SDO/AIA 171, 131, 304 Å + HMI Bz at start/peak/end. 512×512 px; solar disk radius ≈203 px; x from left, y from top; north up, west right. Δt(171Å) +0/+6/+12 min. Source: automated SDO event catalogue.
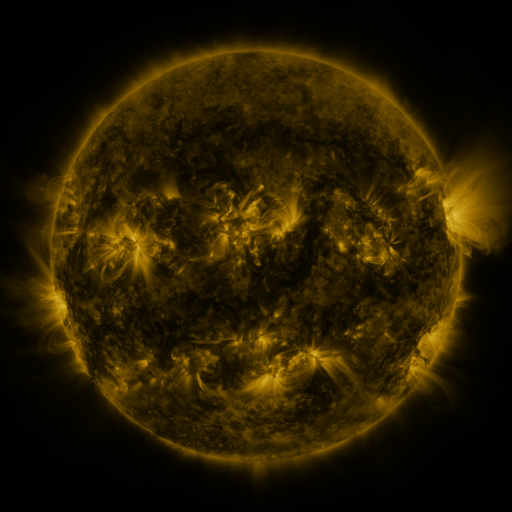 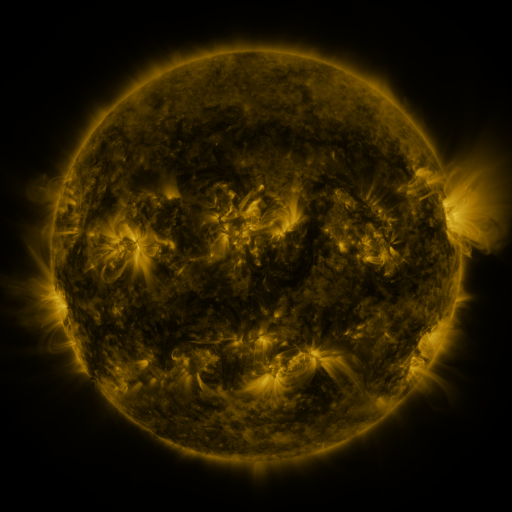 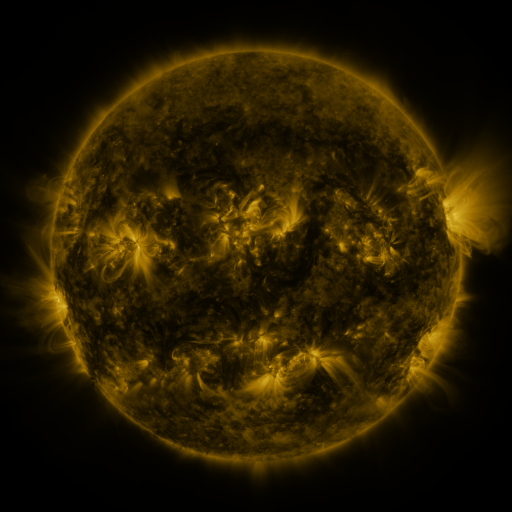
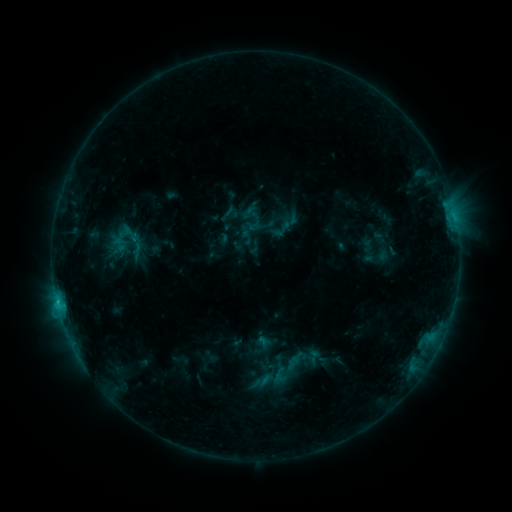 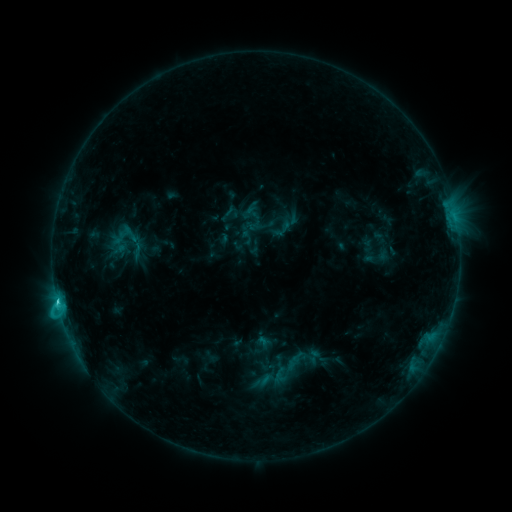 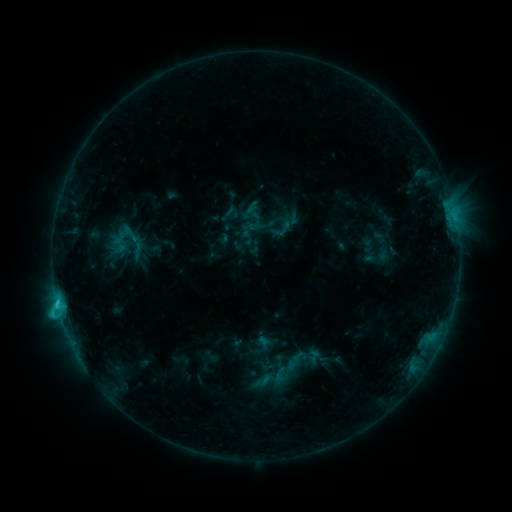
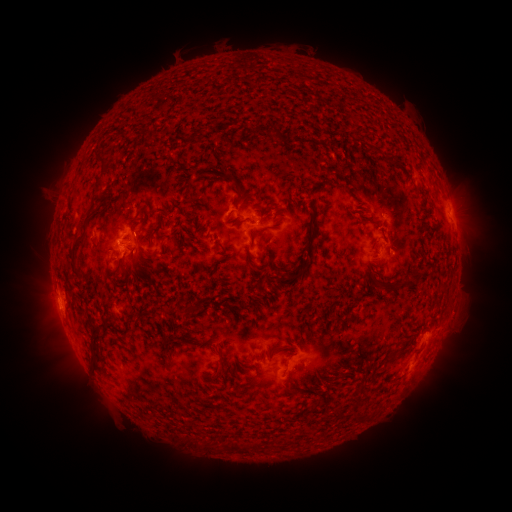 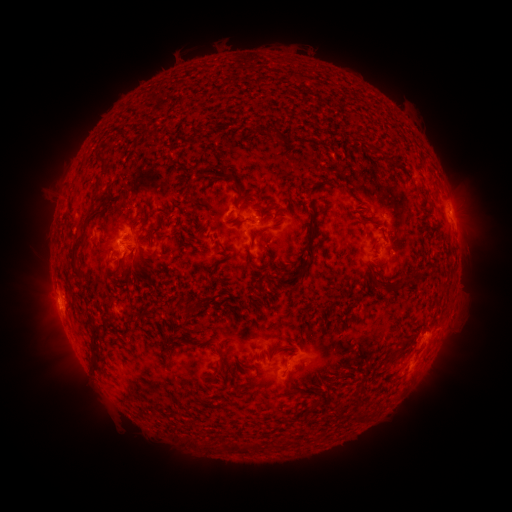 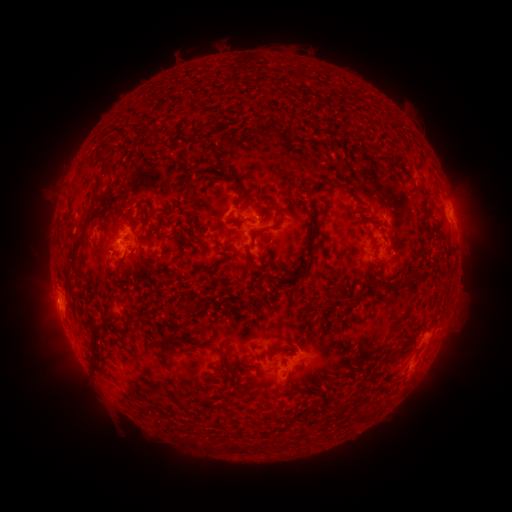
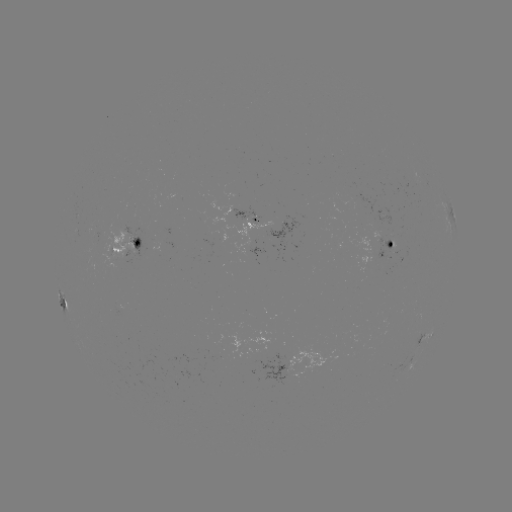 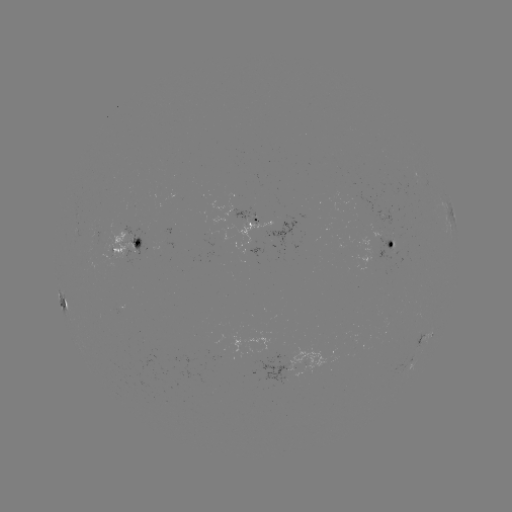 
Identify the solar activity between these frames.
C1.7 flare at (58, 302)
